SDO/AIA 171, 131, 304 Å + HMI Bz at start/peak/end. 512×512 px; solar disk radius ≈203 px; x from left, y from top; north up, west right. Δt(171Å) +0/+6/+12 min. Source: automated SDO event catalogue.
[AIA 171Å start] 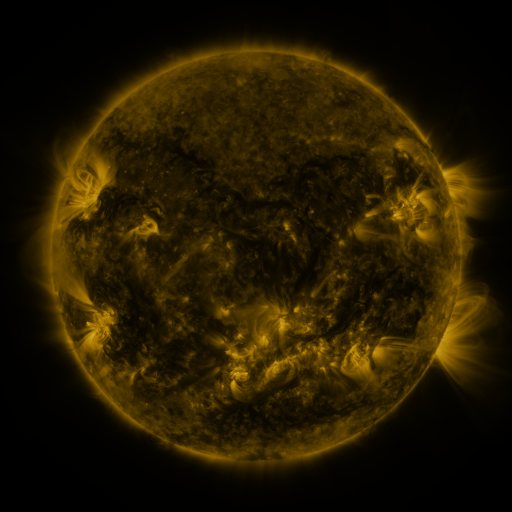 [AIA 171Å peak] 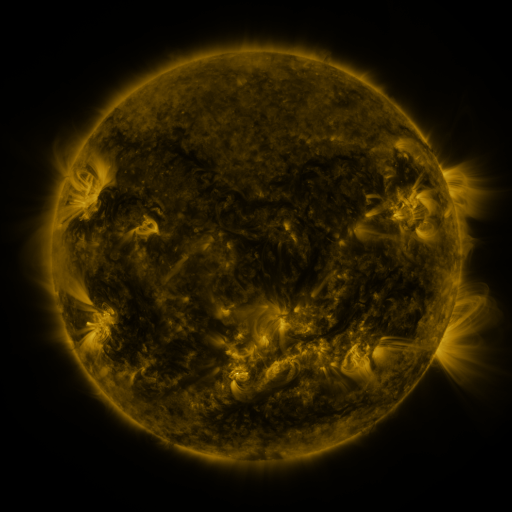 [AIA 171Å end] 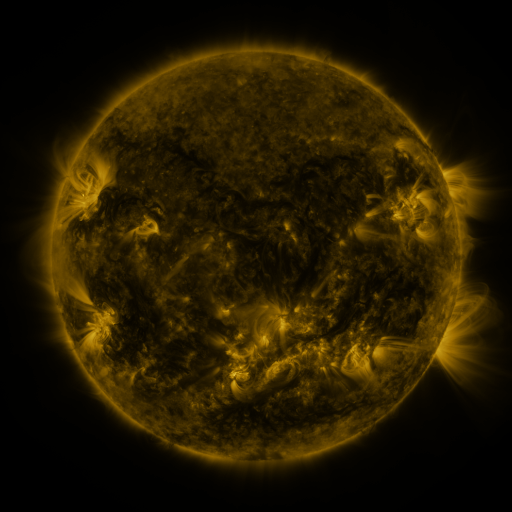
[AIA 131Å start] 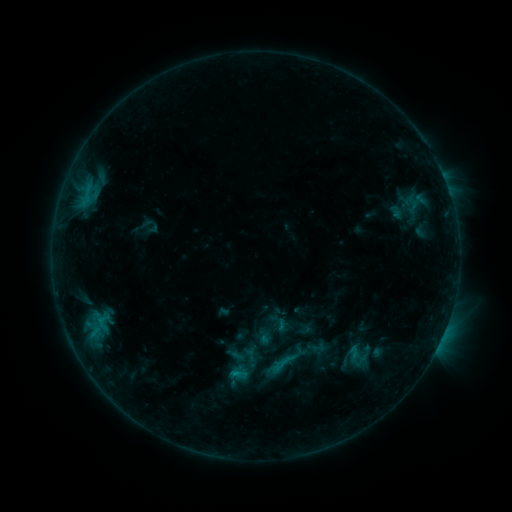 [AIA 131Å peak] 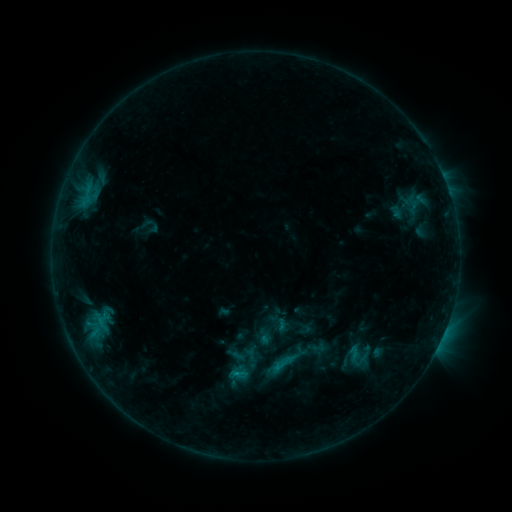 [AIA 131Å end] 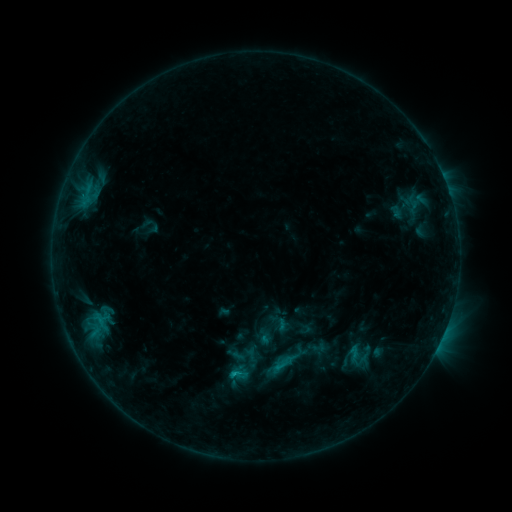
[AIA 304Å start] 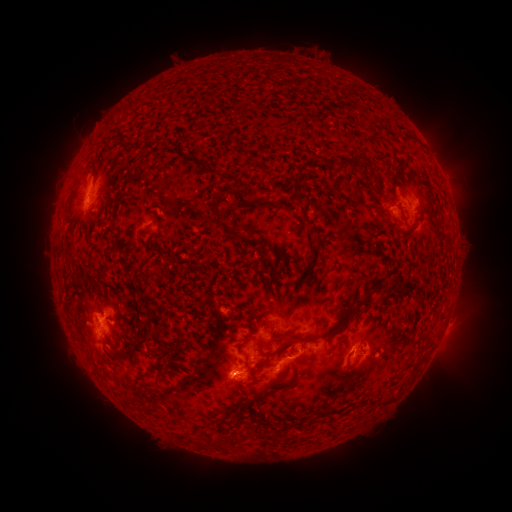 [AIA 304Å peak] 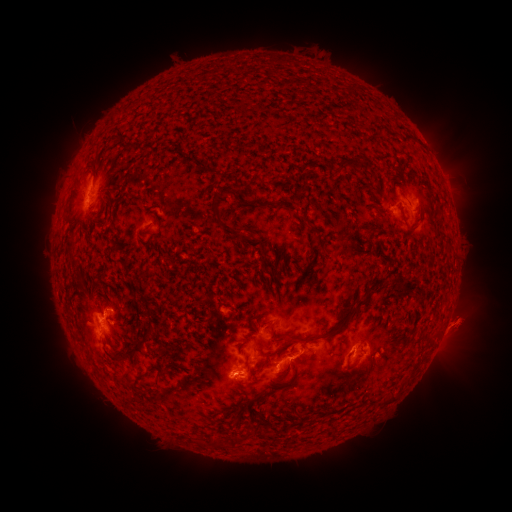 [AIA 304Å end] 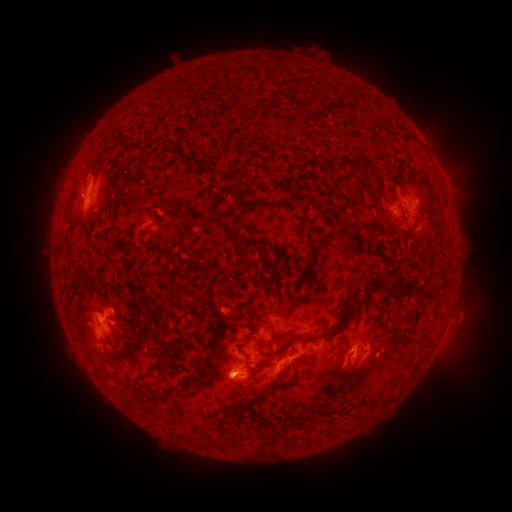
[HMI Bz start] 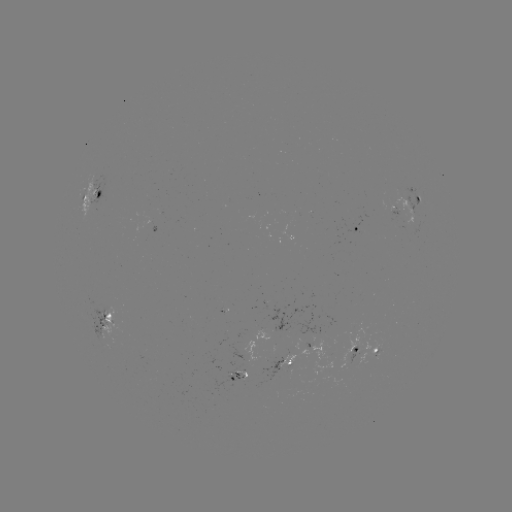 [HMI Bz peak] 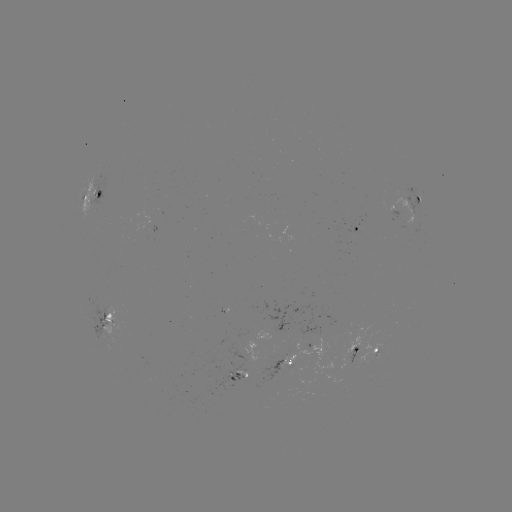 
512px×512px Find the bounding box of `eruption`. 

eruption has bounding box [431, 288, 496, 355].